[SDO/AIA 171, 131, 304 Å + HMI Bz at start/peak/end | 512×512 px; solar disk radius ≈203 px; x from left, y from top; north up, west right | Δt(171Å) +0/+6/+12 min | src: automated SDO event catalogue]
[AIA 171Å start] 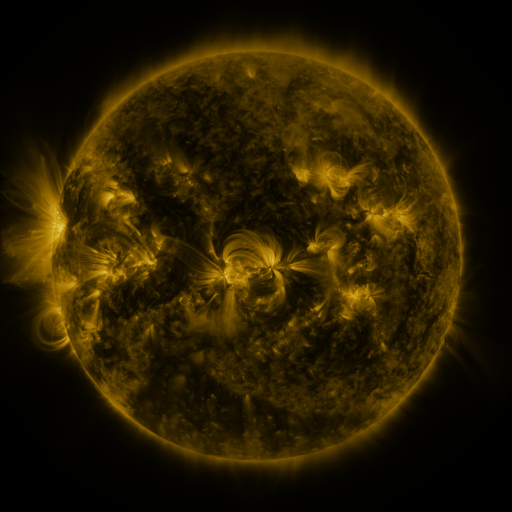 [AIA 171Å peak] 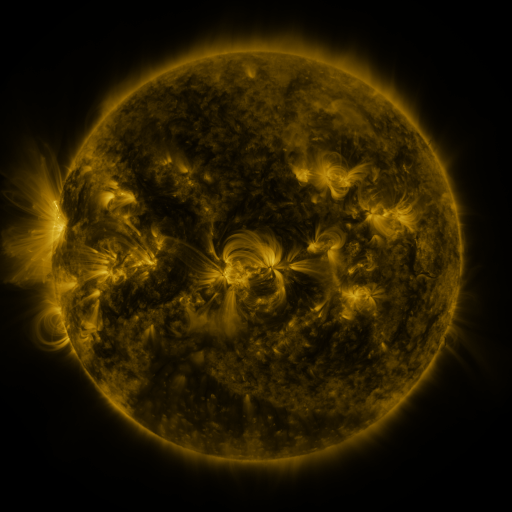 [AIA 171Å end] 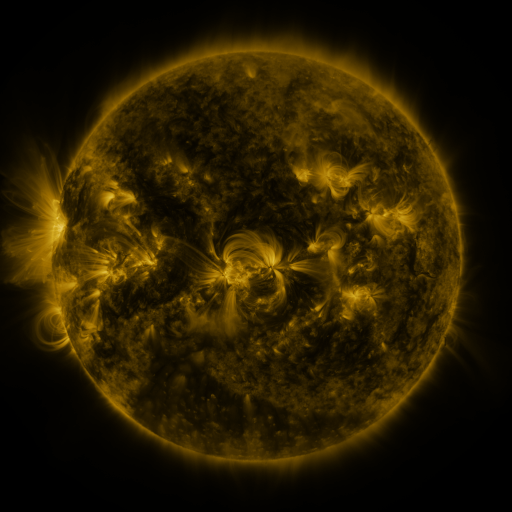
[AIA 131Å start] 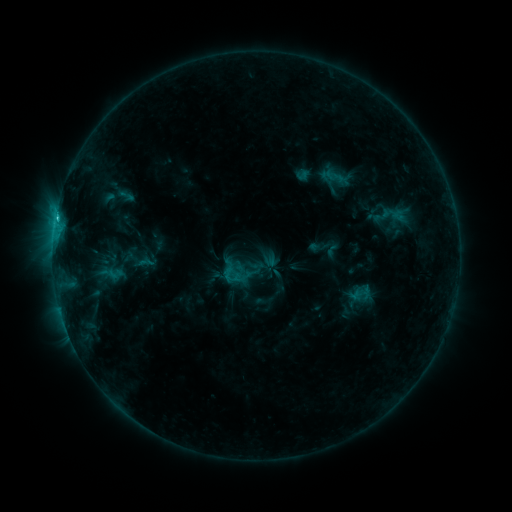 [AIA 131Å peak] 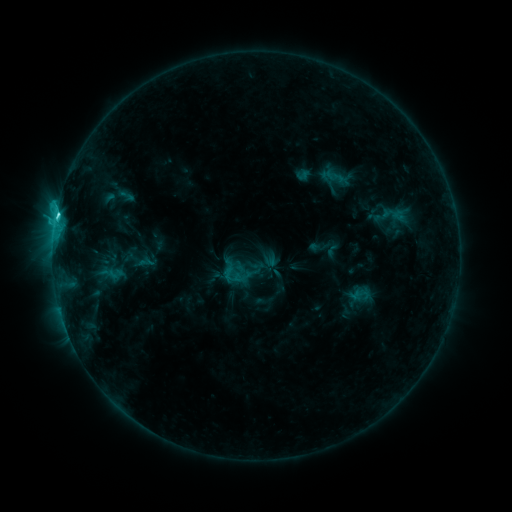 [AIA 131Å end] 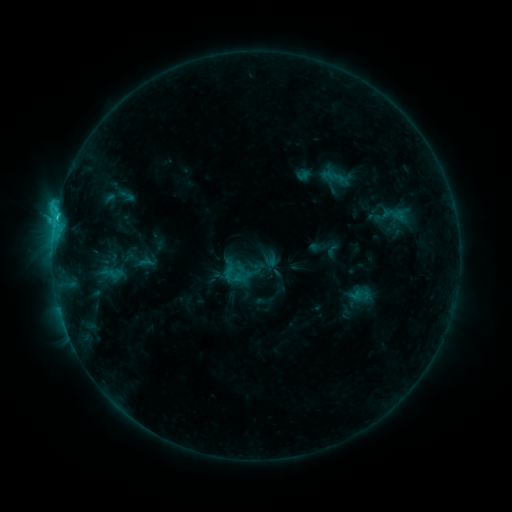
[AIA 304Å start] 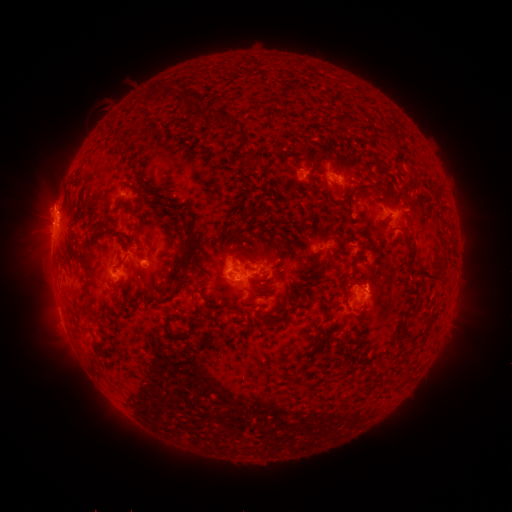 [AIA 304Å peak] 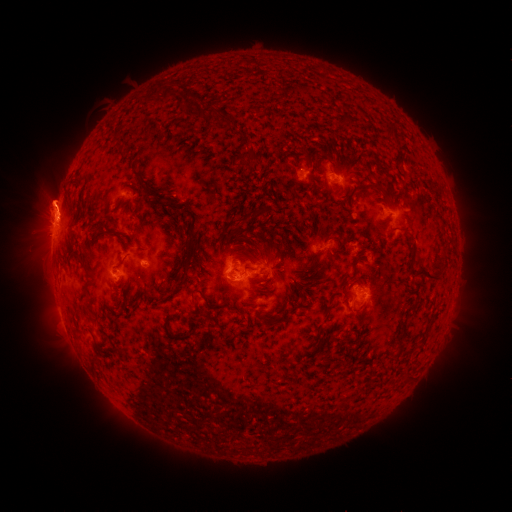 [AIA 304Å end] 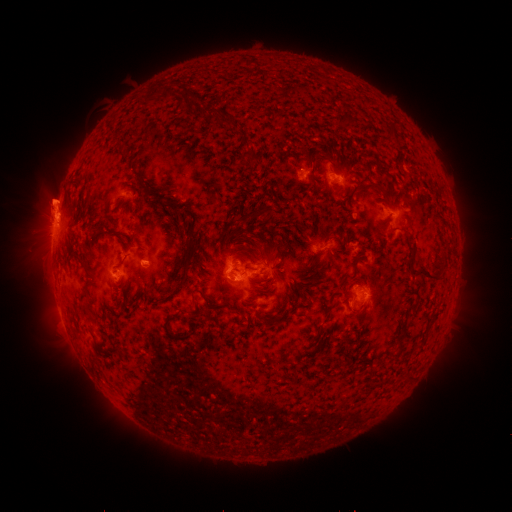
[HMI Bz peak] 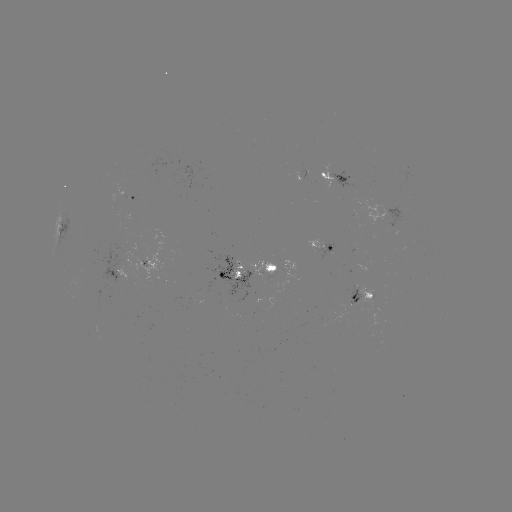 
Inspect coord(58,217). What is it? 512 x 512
C2.5 flare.